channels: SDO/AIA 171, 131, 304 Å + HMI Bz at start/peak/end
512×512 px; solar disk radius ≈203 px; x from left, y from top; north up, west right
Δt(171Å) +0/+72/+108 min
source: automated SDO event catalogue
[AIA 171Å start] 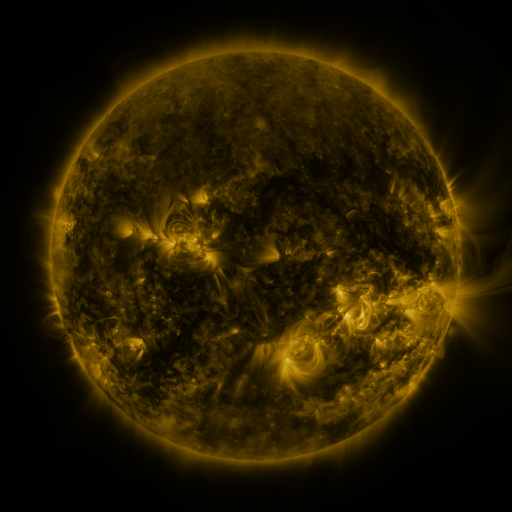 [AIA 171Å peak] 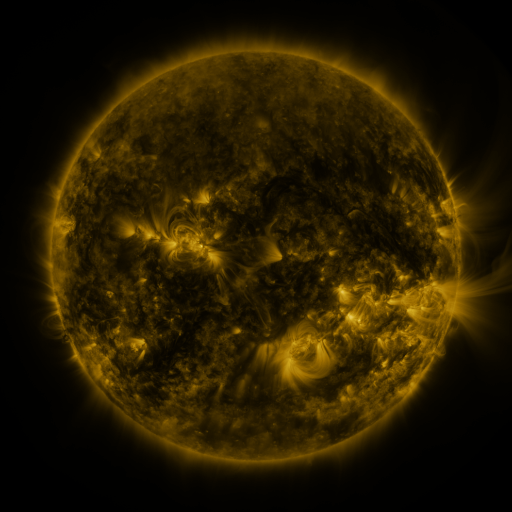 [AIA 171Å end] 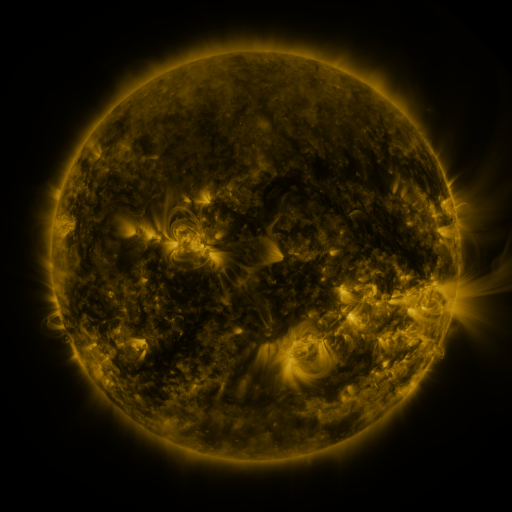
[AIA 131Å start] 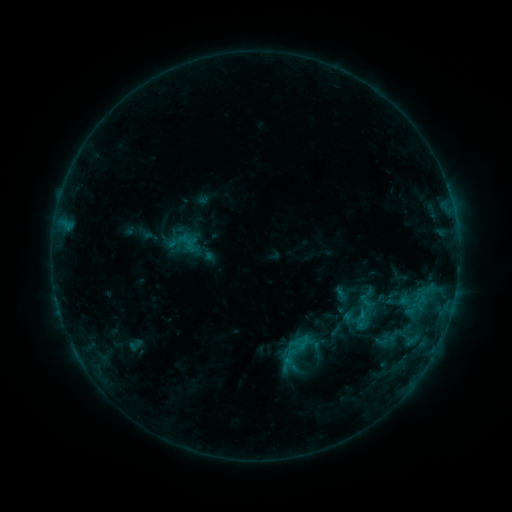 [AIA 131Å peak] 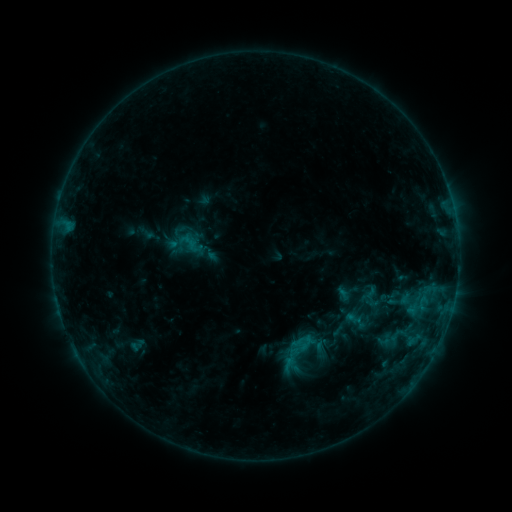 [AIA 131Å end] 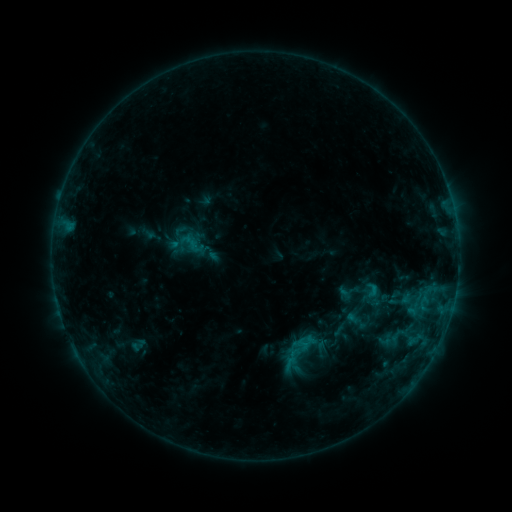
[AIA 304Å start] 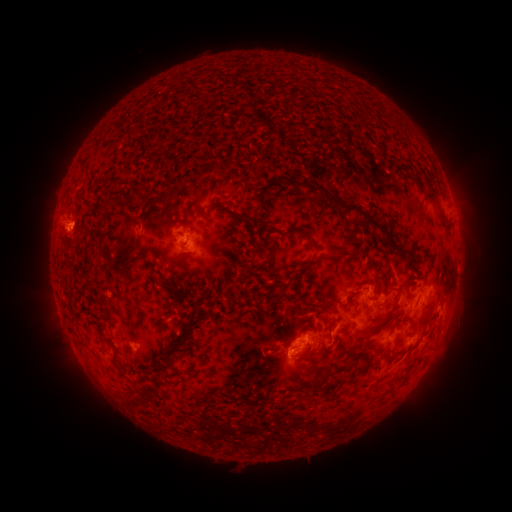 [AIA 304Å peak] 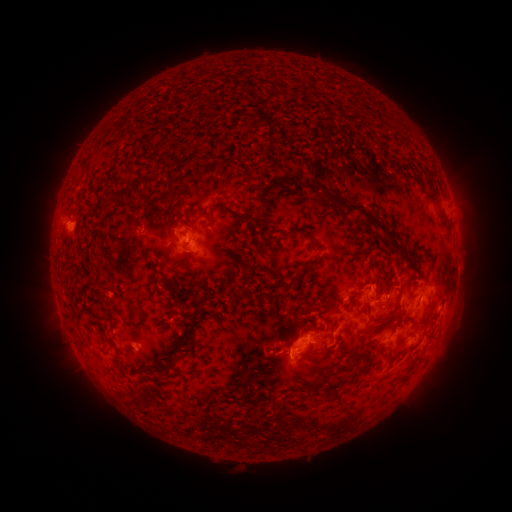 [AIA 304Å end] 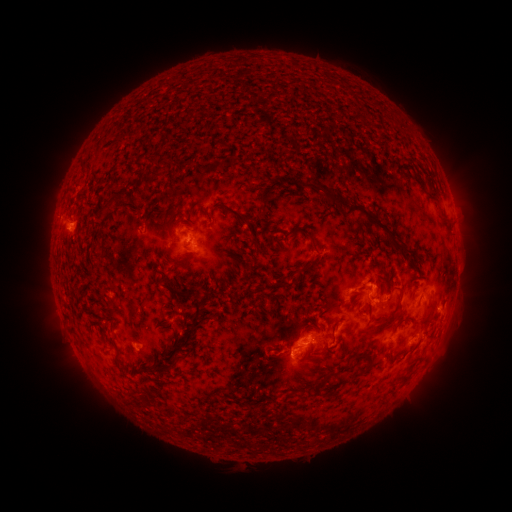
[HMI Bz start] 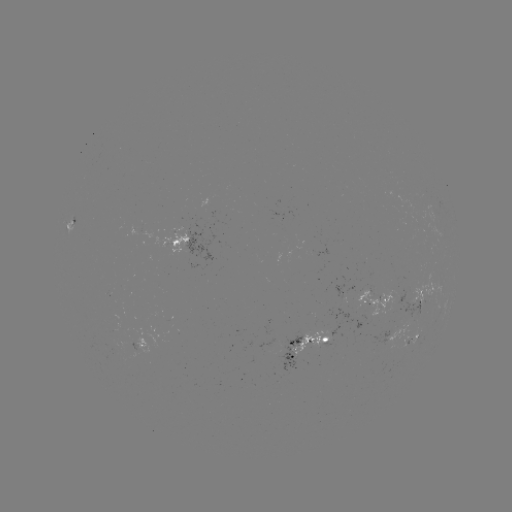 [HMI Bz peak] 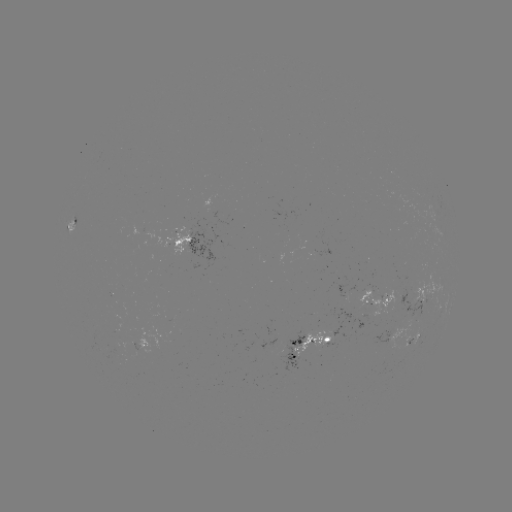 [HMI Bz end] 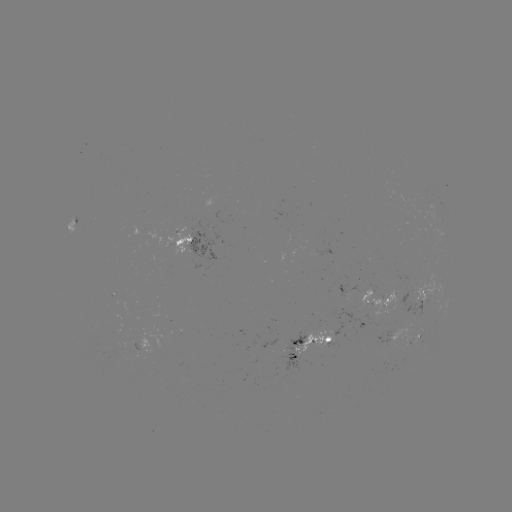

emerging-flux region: <bbox>103, 339, 122, 356</bbox>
